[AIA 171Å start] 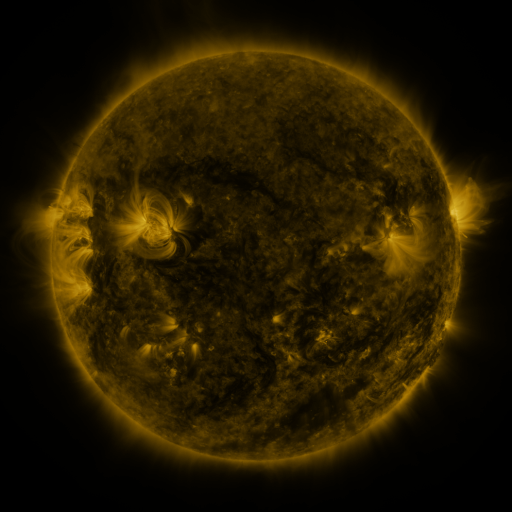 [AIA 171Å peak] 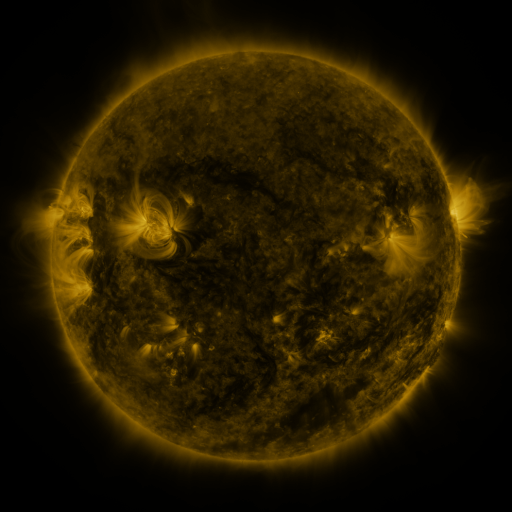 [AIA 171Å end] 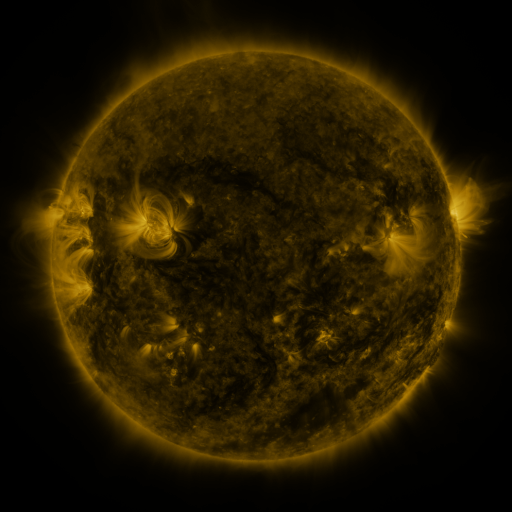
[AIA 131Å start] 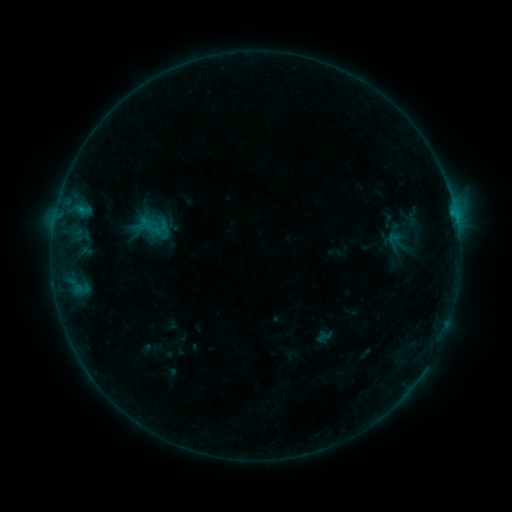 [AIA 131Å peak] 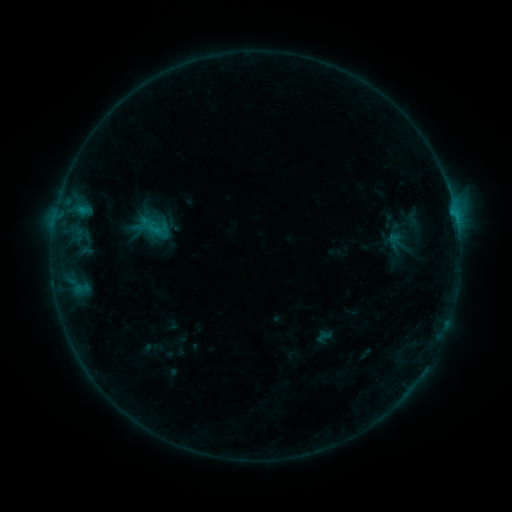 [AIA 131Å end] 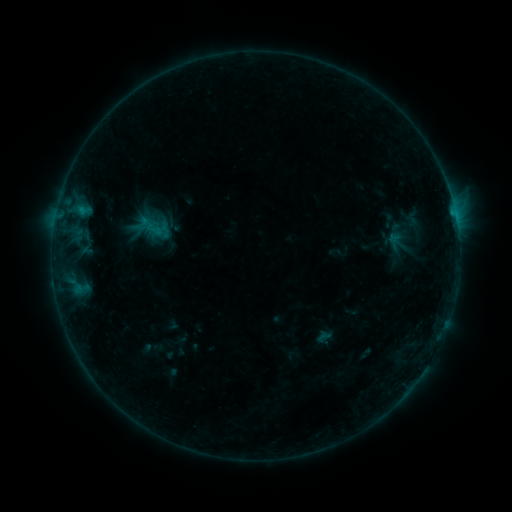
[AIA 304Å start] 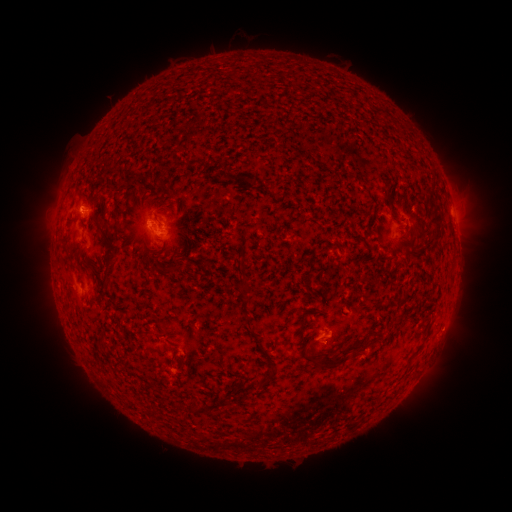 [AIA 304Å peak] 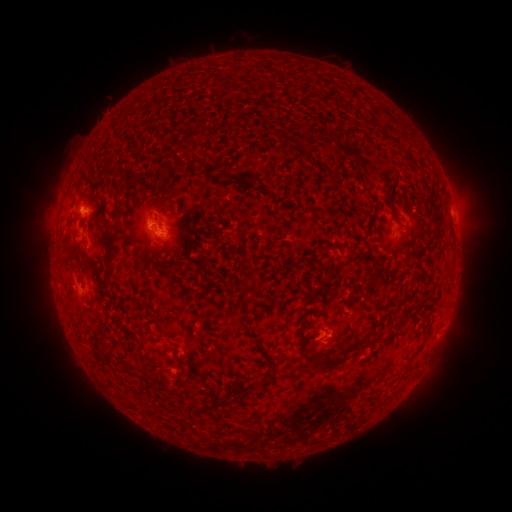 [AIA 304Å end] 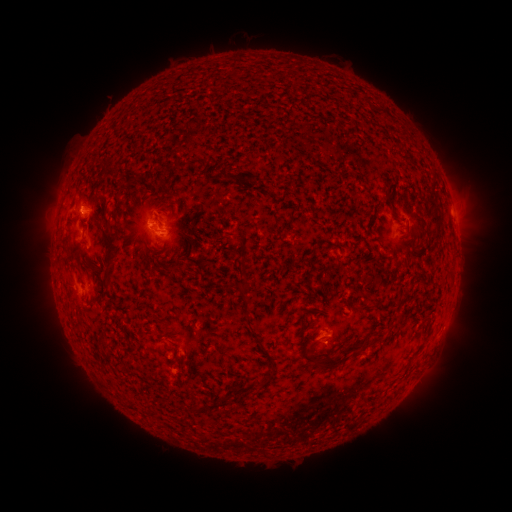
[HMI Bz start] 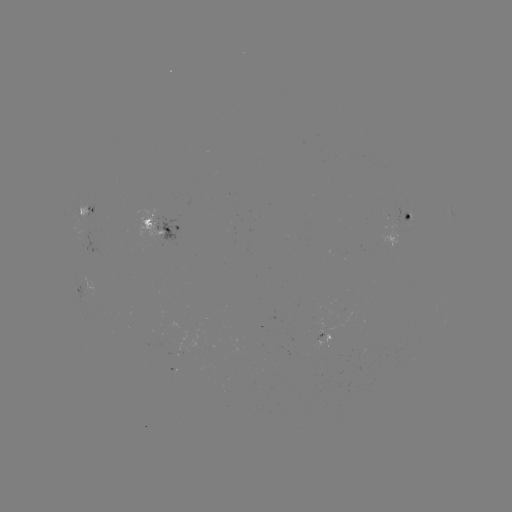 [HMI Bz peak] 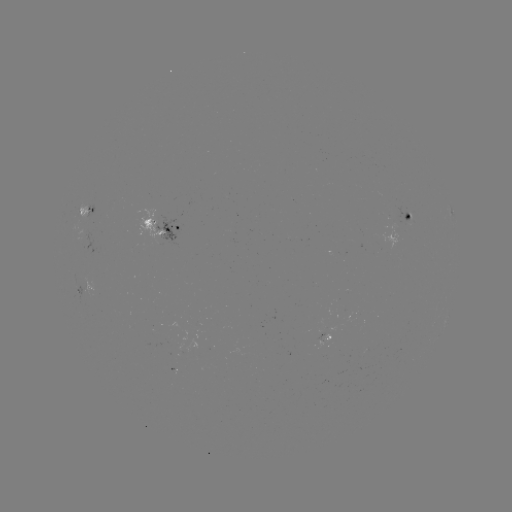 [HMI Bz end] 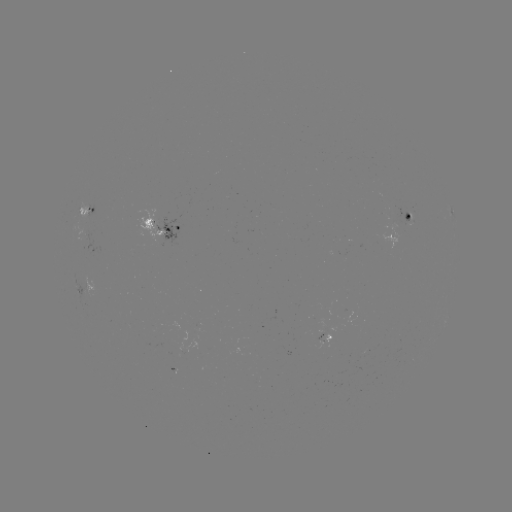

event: flare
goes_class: B5.4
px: (156, 230)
